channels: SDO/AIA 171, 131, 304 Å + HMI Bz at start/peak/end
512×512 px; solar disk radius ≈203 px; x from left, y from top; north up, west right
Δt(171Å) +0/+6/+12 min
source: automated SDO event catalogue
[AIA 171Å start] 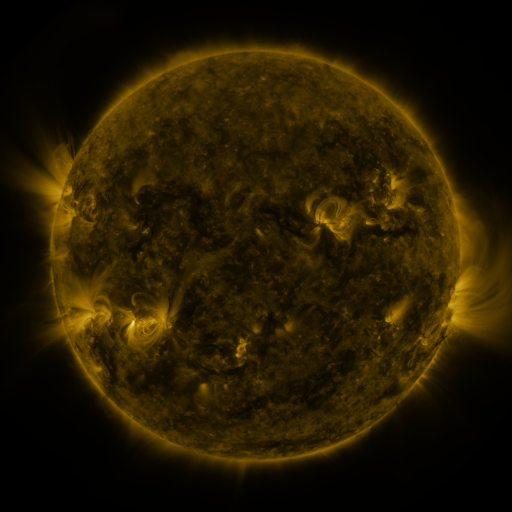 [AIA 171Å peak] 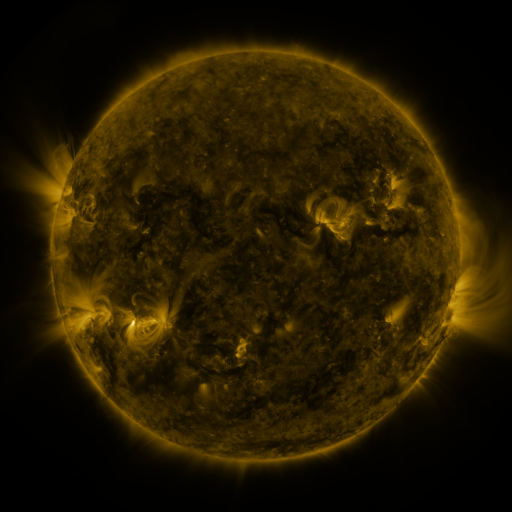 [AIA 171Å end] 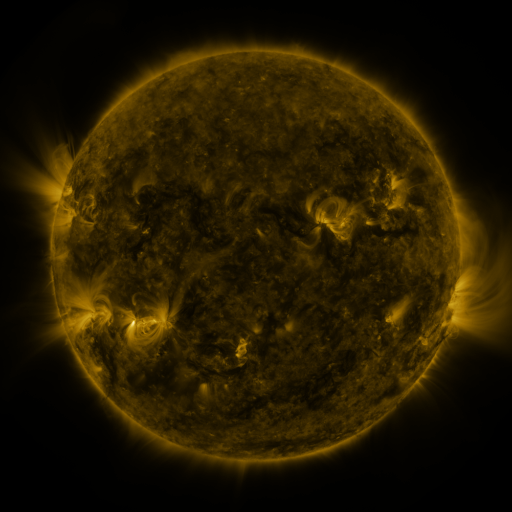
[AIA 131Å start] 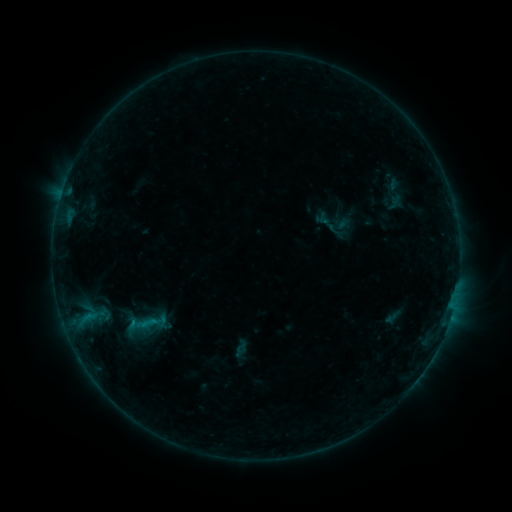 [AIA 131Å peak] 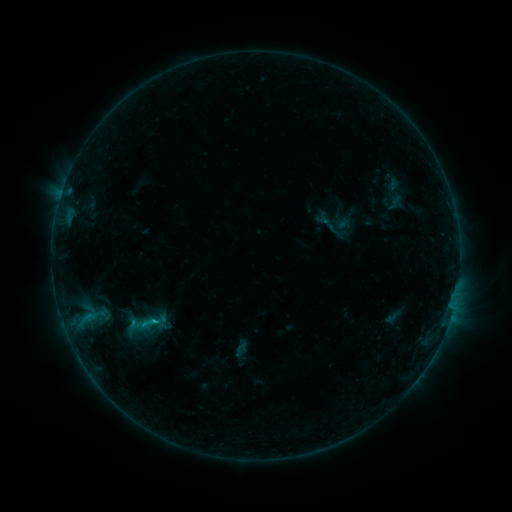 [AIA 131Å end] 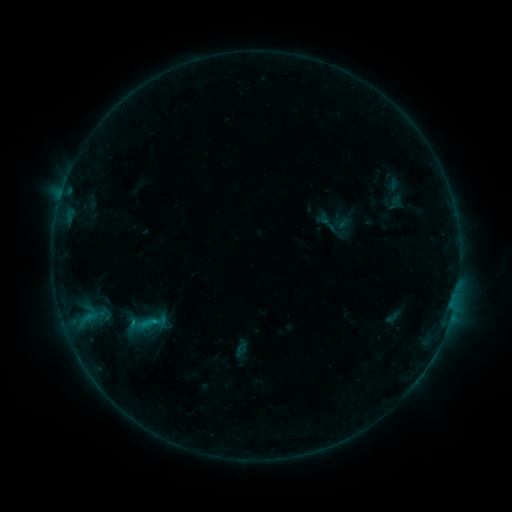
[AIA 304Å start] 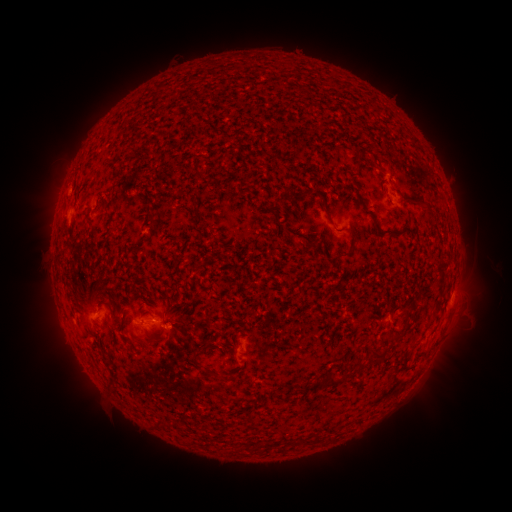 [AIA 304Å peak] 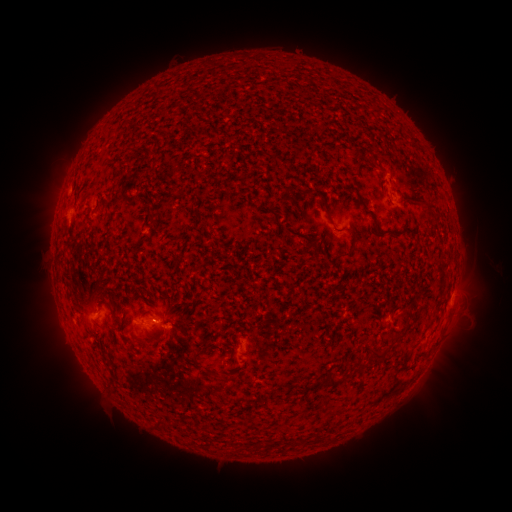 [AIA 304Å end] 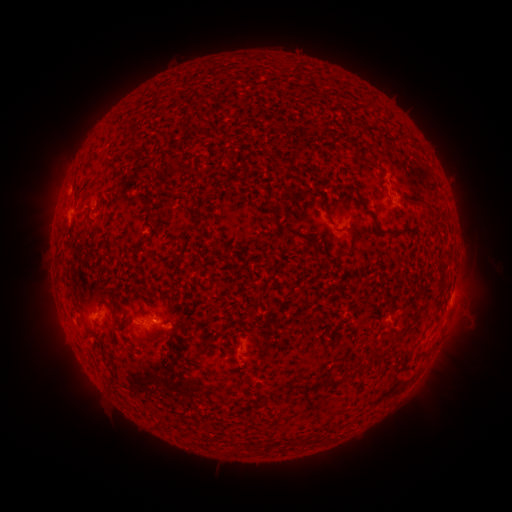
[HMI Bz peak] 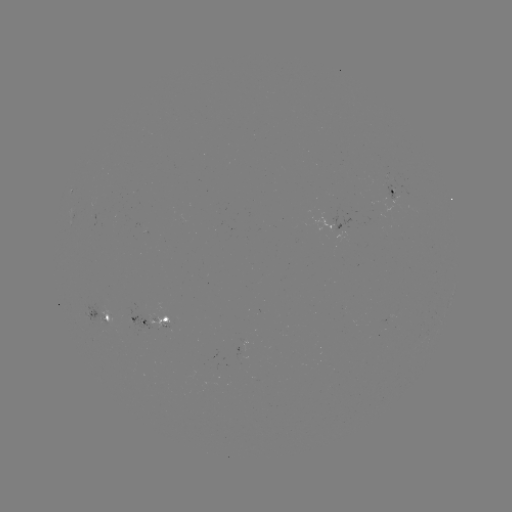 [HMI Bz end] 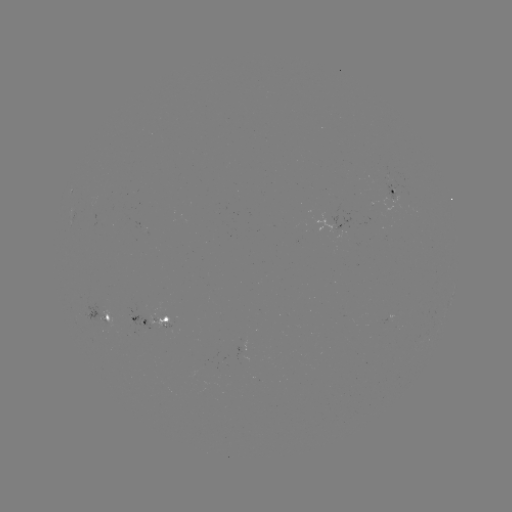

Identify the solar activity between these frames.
B5.8 flare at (156, 319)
